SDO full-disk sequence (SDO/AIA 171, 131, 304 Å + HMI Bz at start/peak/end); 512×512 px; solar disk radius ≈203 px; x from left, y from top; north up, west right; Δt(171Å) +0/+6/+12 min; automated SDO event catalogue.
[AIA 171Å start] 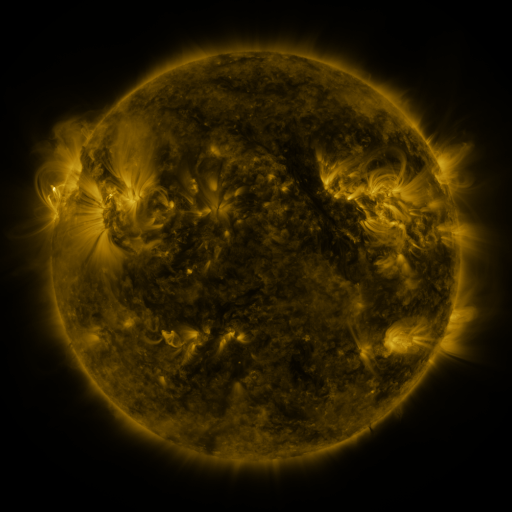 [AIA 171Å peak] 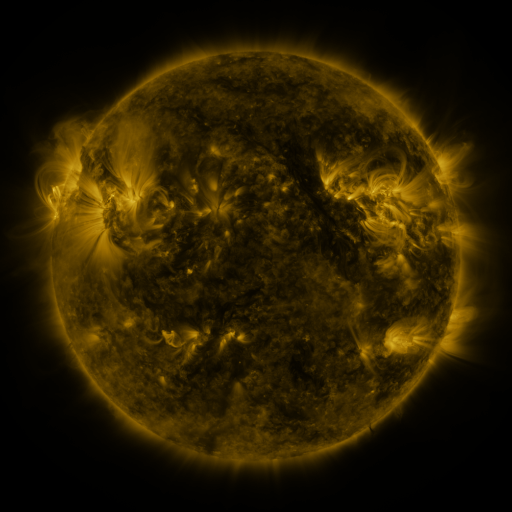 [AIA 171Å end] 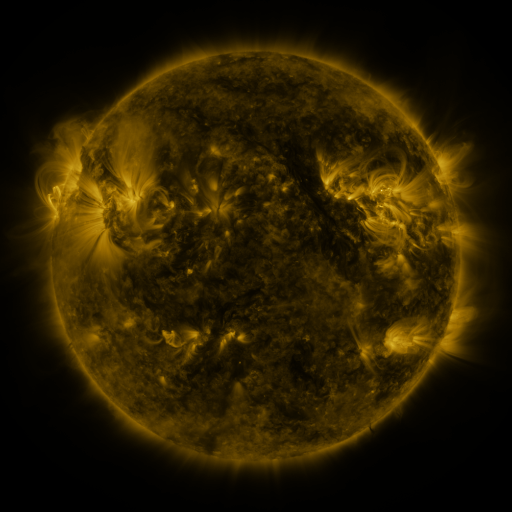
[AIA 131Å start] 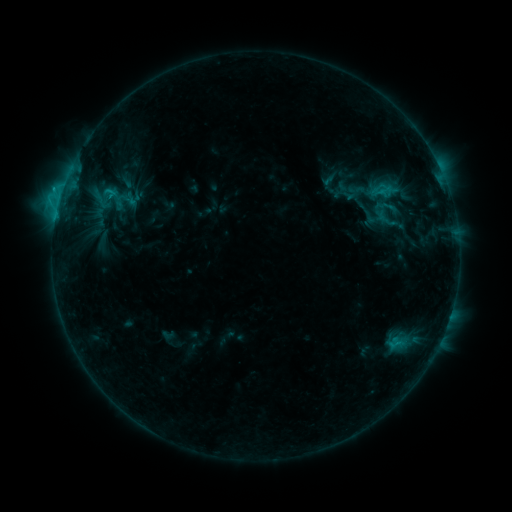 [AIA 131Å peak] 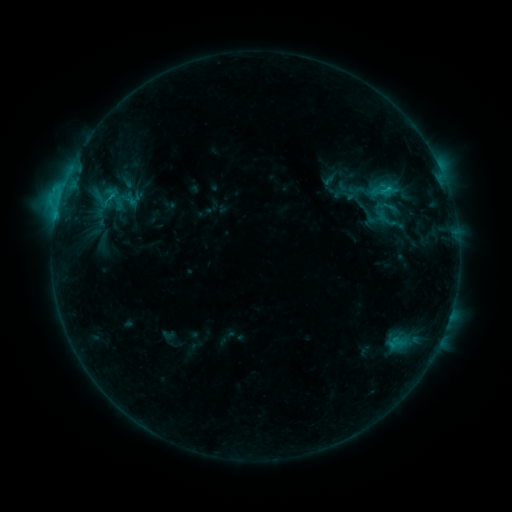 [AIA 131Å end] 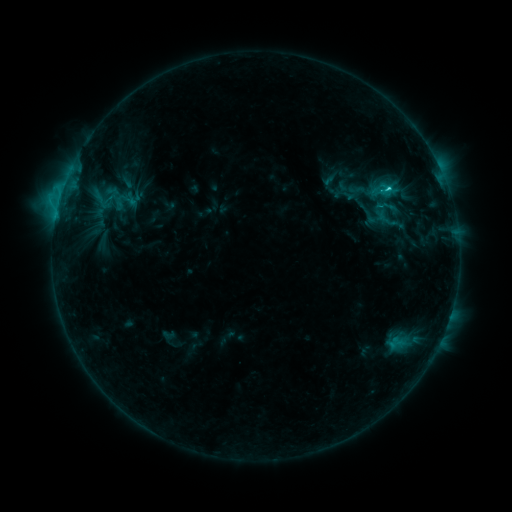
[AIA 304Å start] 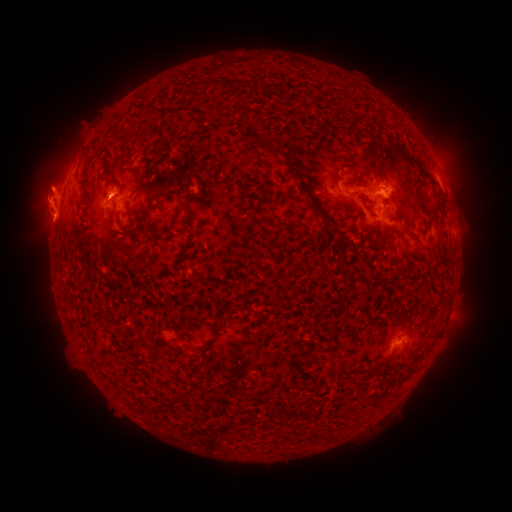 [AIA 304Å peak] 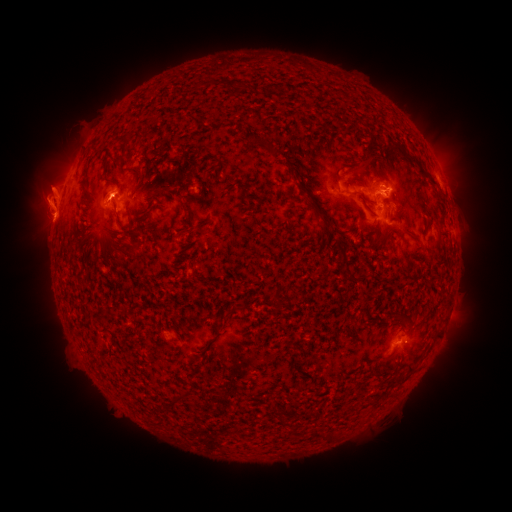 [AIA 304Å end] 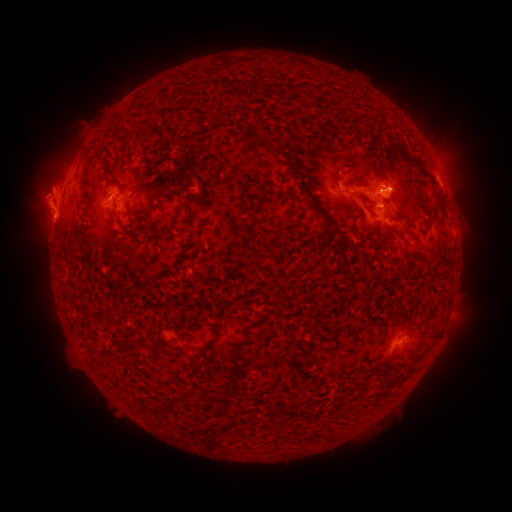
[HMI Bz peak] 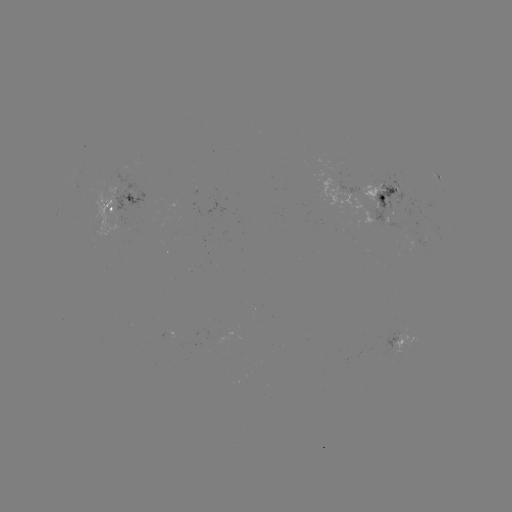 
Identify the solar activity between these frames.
C2.7 flare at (385, 190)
